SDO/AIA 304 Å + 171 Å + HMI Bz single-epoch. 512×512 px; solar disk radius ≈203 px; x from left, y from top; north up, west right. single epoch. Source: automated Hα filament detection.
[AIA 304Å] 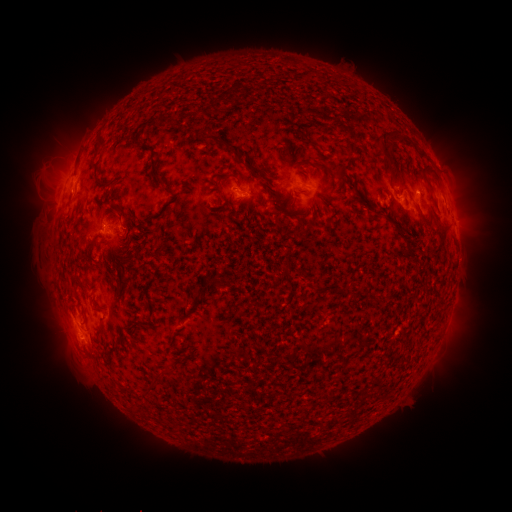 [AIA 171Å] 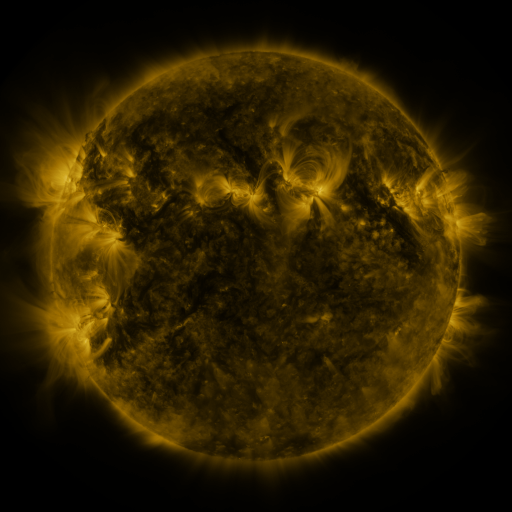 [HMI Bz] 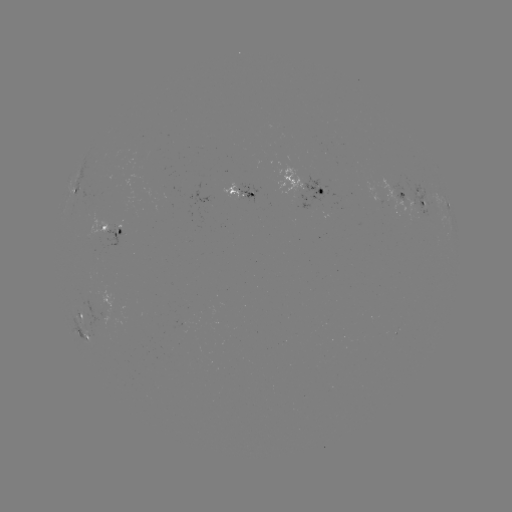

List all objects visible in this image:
filament: (402, 139)
filament: (219, 141)
filament: (310, 143)
filament: (387, 153)
filament: (342, 170)
filament: (233, 175)
filament: (261, 179)
filament: (365, 204)
filament: (120, 213)
filament: (103, 216)
filament: (303, 219)
filament: (303, 232)
filament: (409, 250)
filament: (99, 329)
